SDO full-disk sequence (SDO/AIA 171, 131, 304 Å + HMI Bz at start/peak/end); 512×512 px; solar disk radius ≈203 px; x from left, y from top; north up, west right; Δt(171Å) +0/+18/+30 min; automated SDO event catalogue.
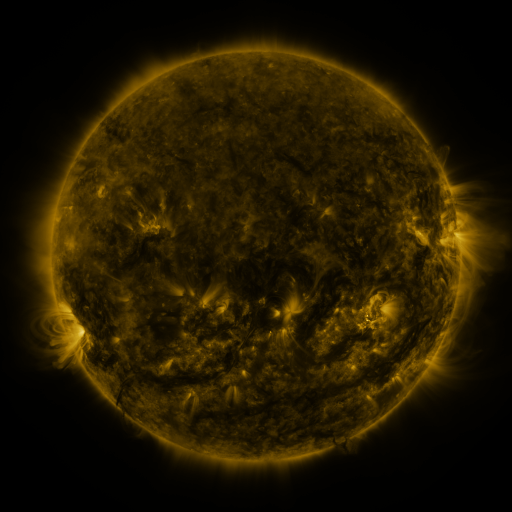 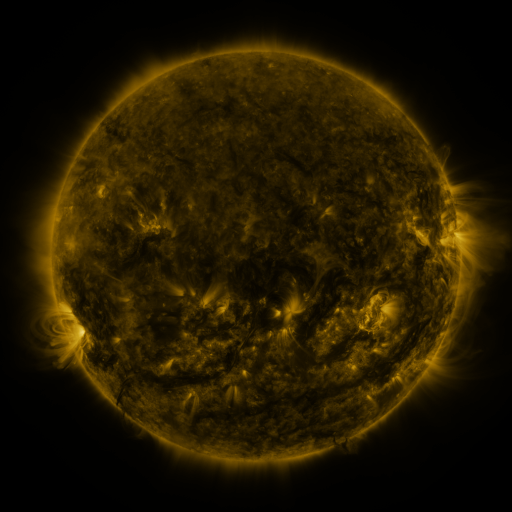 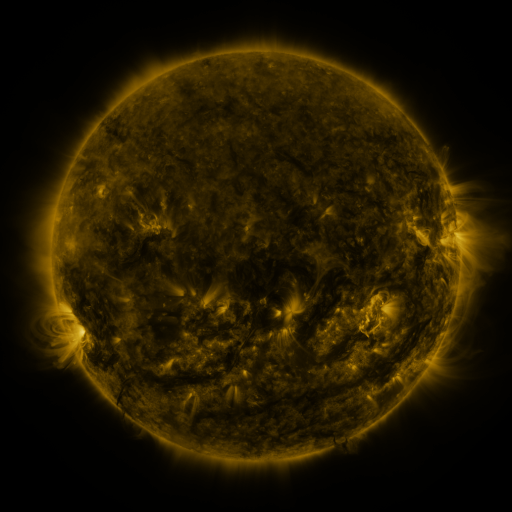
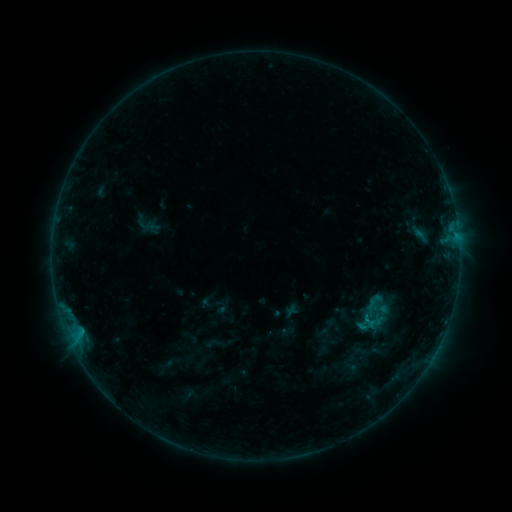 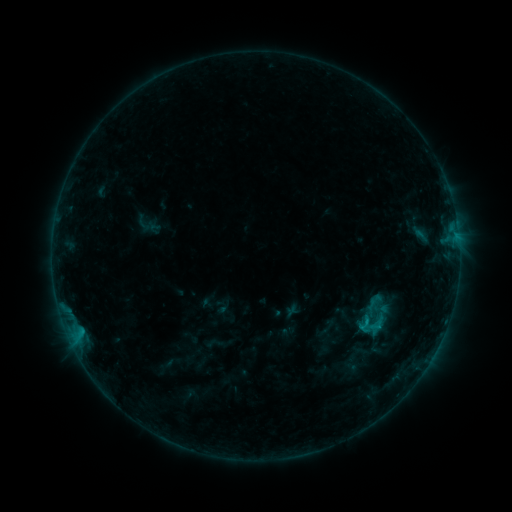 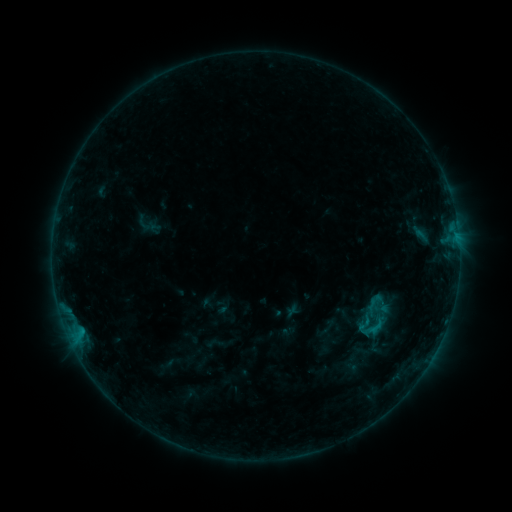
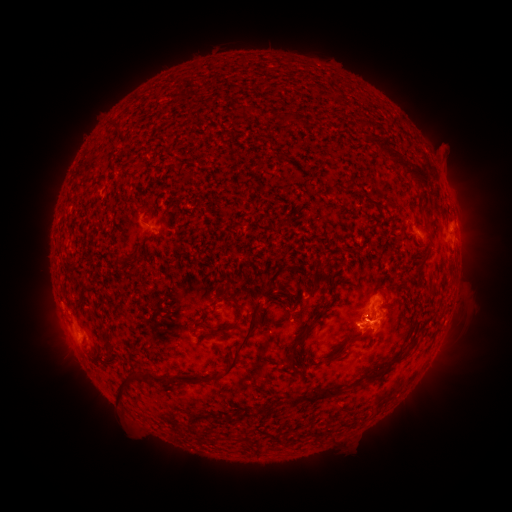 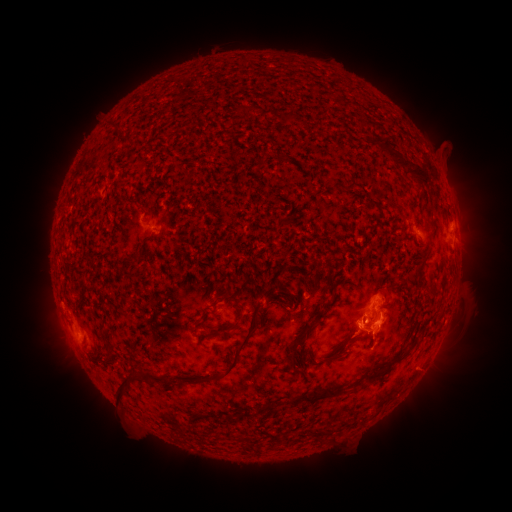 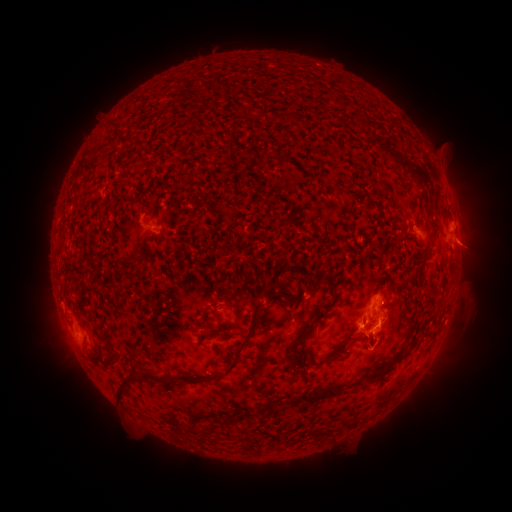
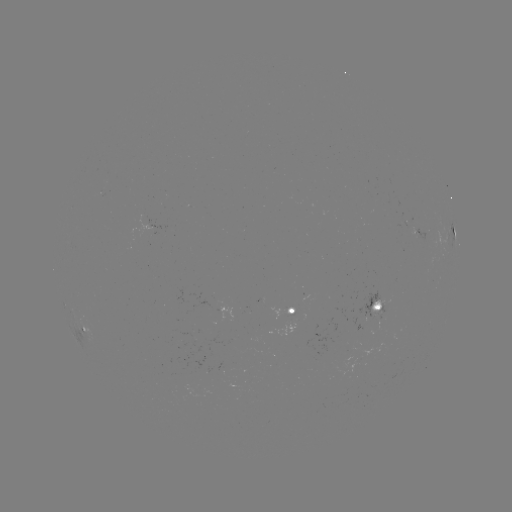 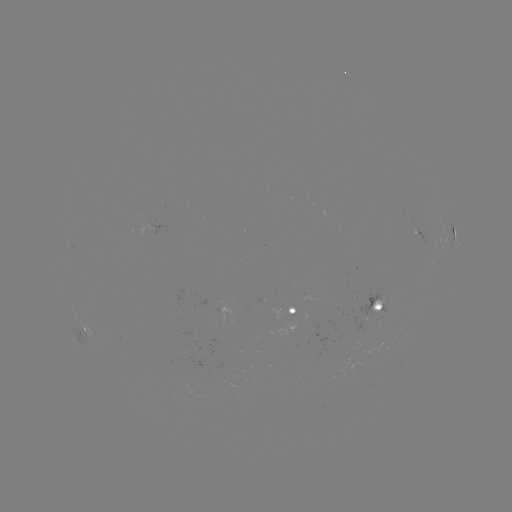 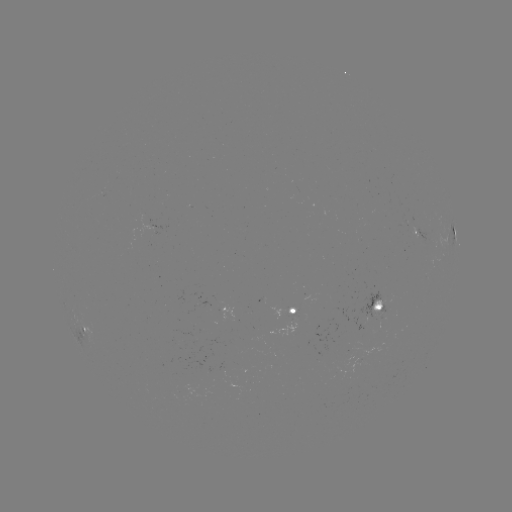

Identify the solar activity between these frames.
B8.4 flare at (366, 321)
